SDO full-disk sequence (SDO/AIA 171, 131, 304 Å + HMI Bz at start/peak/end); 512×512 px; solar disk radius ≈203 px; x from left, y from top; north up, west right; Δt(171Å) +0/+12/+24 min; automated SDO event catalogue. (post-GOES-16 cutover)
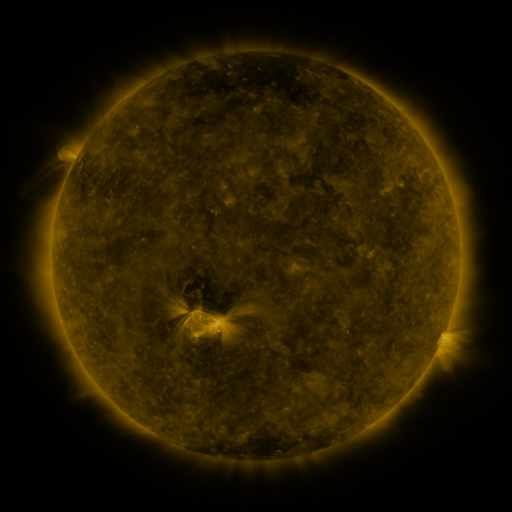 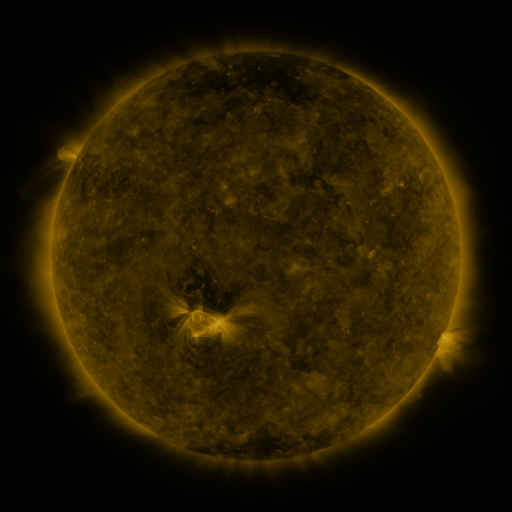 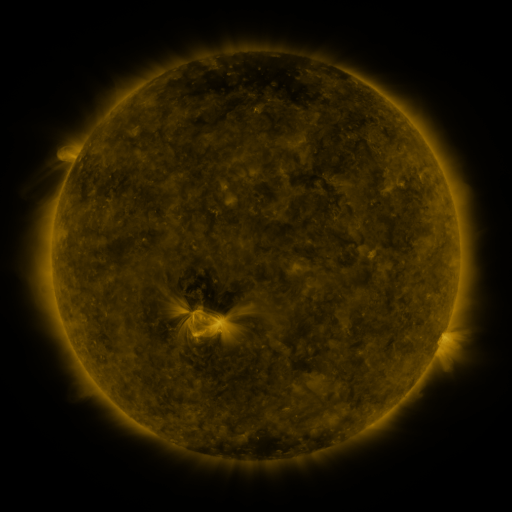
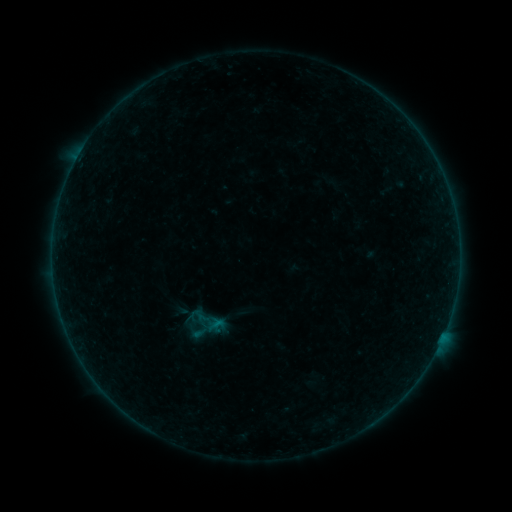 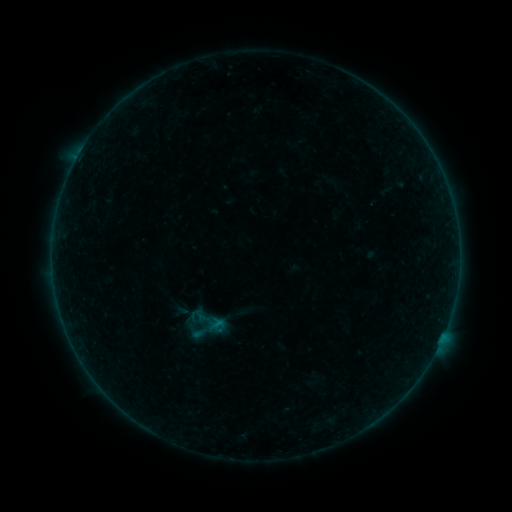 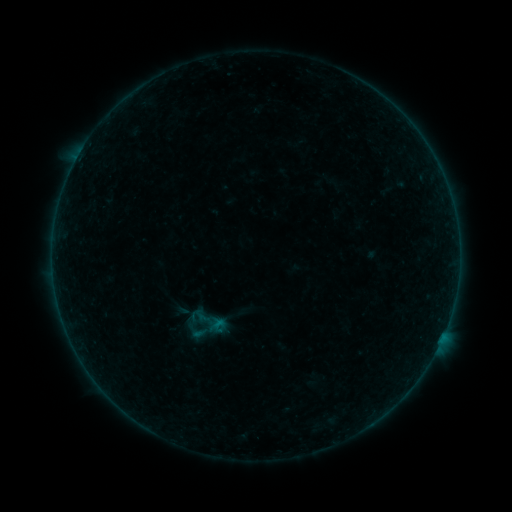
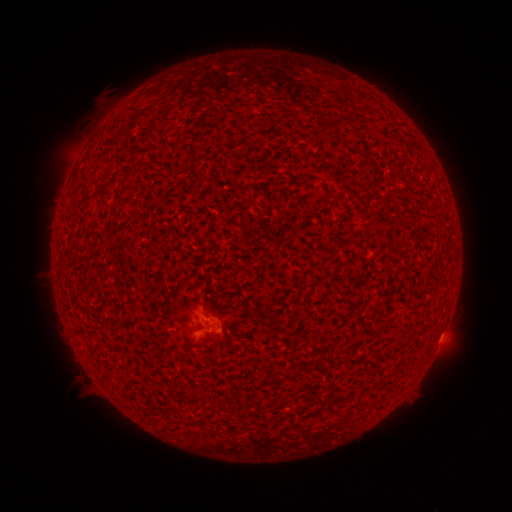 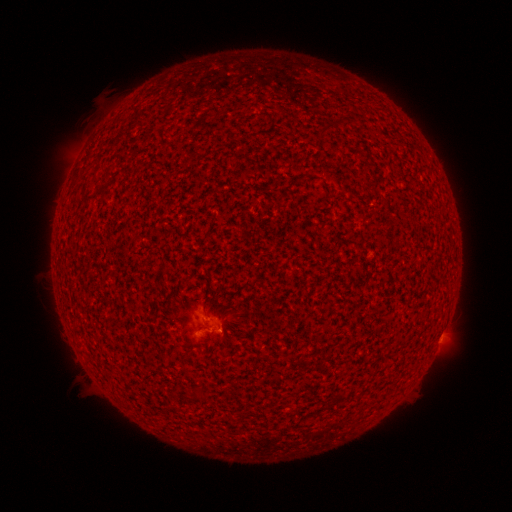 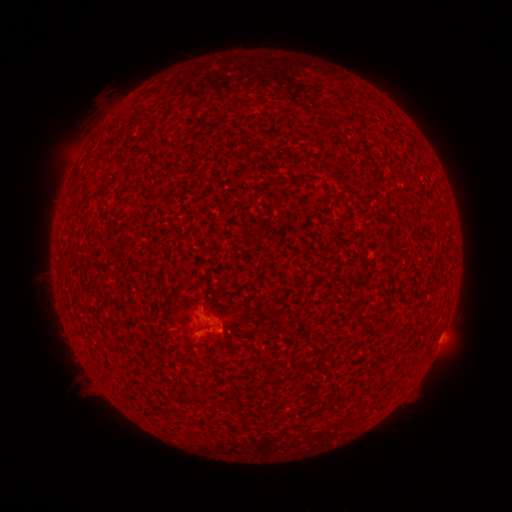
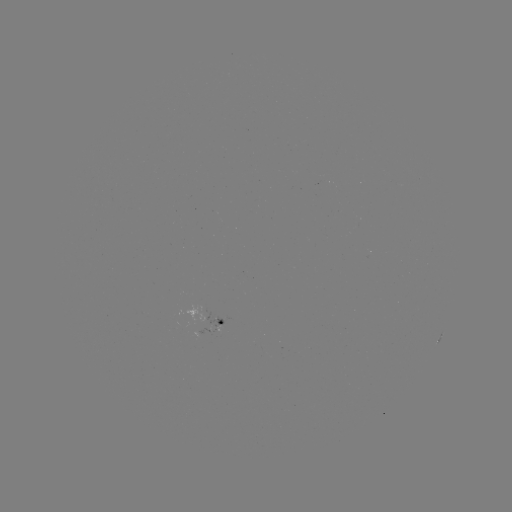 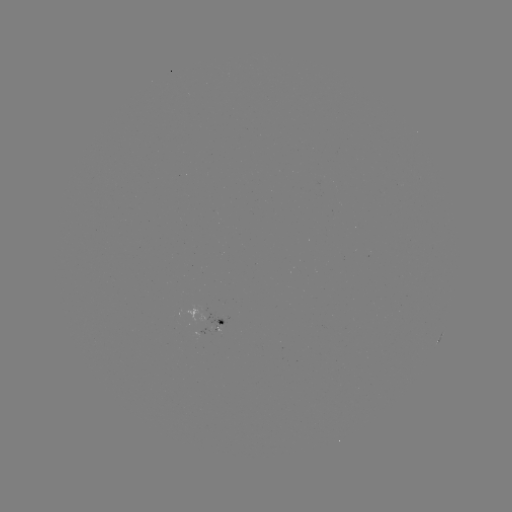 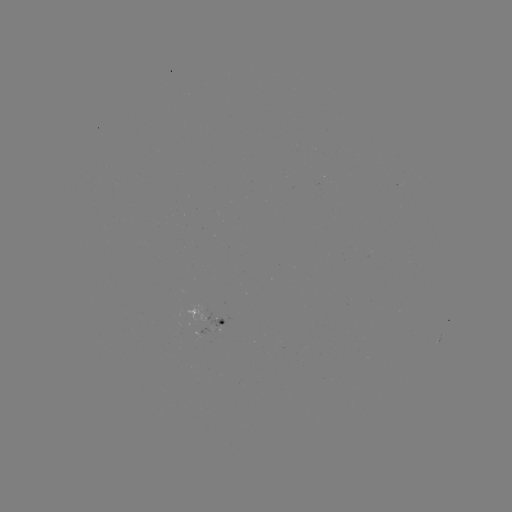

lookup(A7.7 flare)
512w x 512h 221,327